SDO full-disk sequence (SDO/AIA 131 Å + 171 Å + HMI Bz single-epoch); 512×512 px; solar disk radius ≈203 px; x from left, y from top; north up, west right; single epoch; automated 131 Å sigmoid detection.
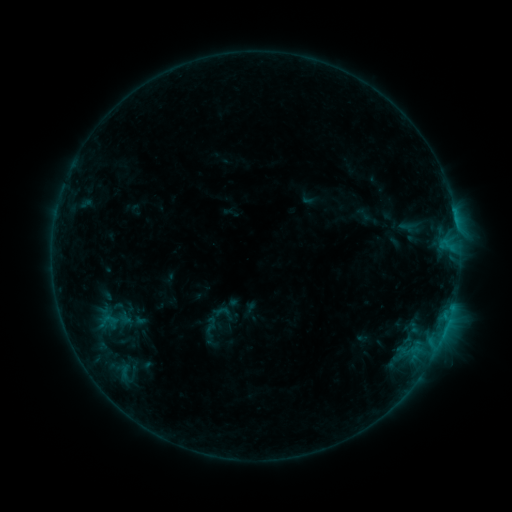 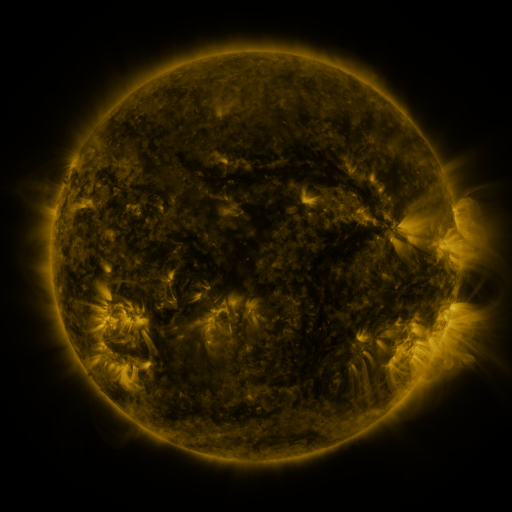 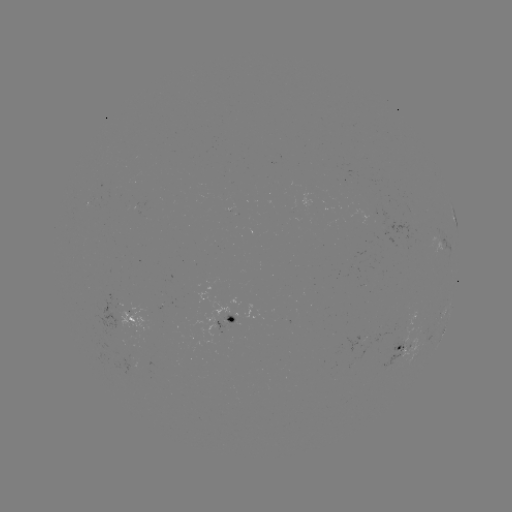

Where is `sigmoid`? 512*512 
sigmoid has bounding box [97, 310, 122, 329].